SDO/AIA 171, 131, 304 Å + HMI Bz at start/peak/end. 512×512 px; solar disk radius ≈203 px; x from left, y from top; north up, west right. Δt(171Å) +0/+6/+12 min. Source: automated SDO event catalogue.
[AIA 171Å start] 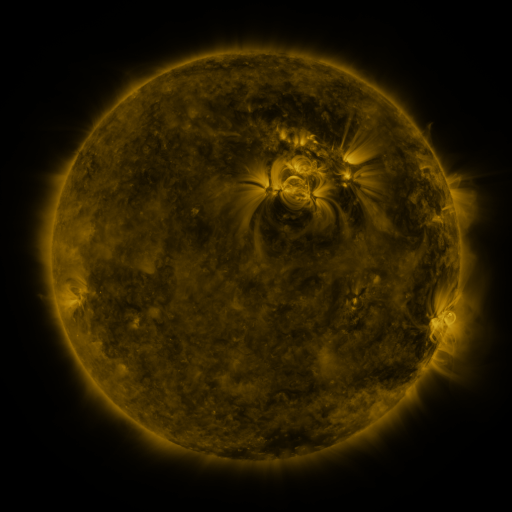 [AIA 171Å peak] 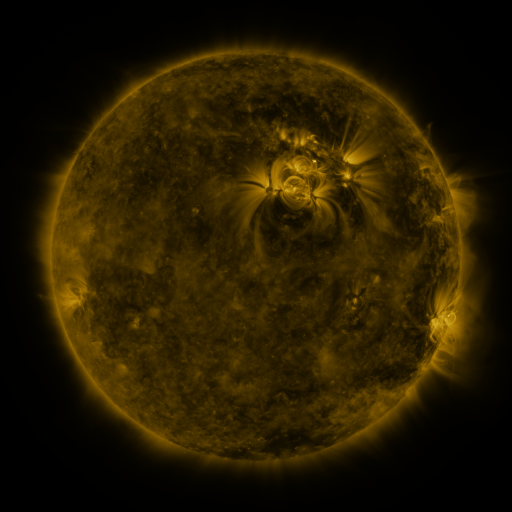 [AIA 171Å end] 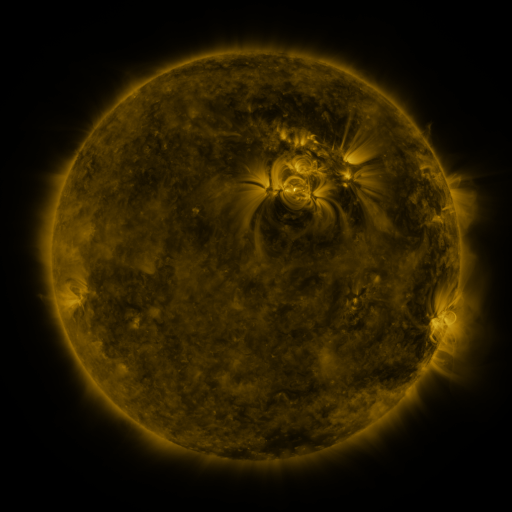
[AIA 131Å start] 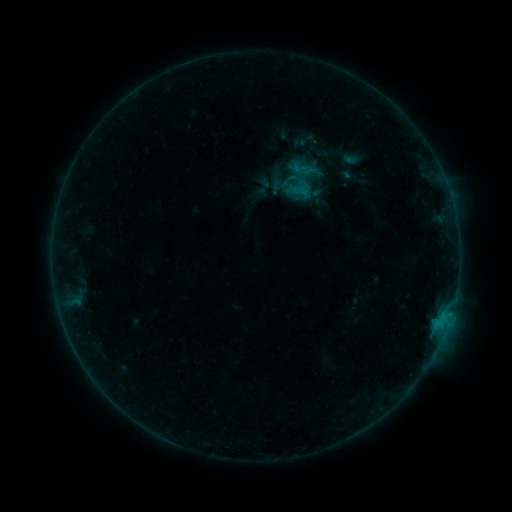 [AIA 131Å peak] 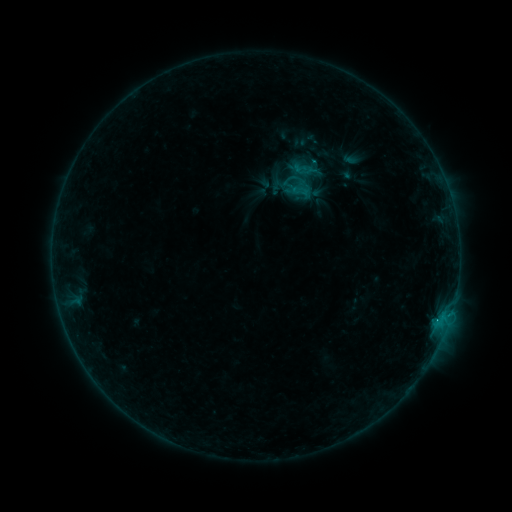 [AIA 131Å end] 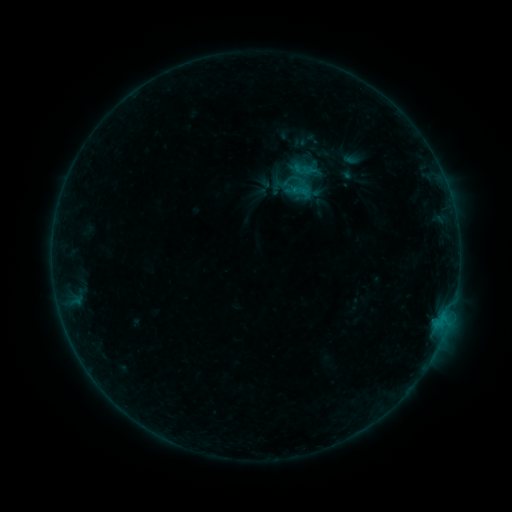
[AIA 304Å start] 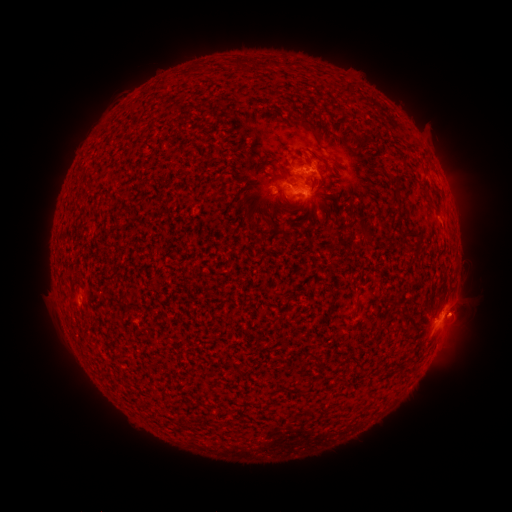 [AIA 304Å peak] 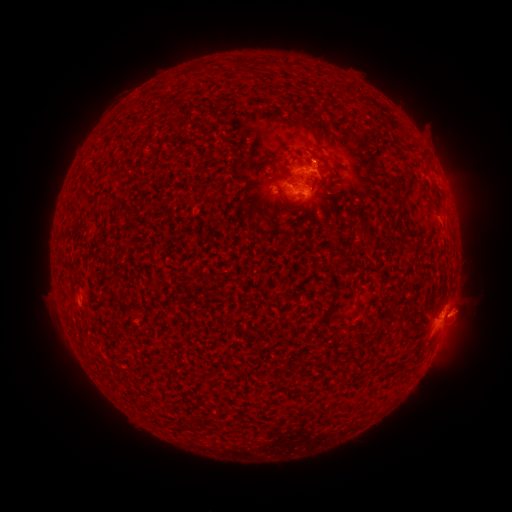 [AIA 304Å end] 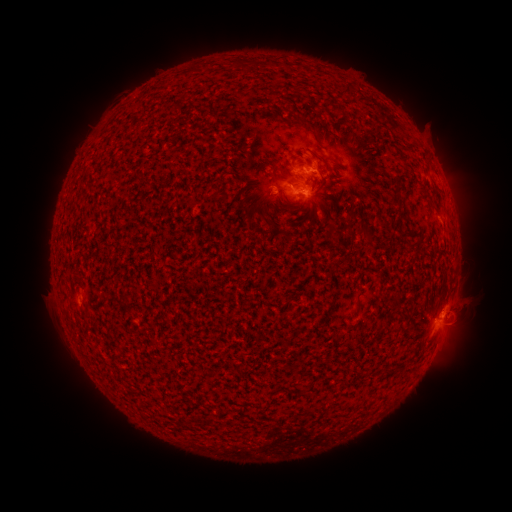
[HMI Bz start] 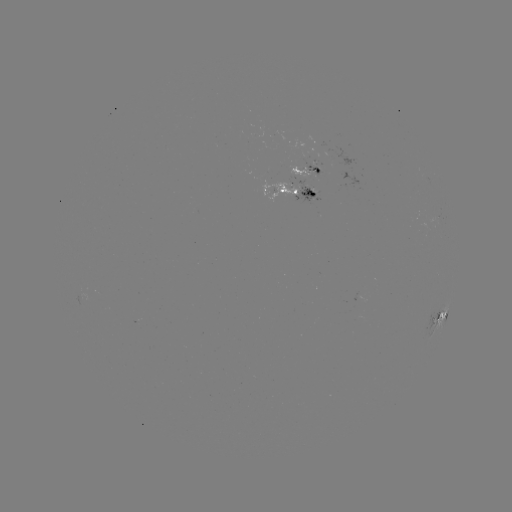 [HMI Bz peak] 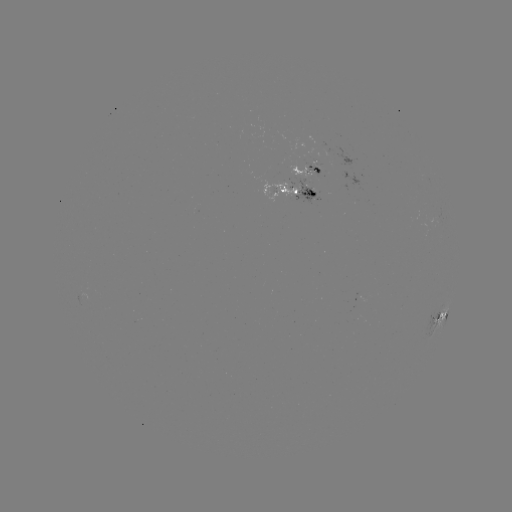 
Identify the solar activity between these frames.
eruption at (471, 306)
